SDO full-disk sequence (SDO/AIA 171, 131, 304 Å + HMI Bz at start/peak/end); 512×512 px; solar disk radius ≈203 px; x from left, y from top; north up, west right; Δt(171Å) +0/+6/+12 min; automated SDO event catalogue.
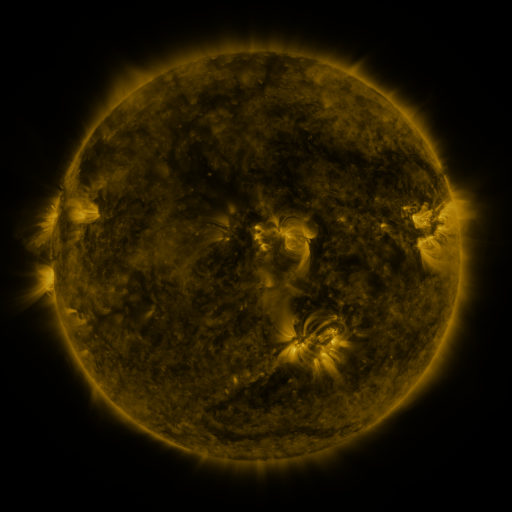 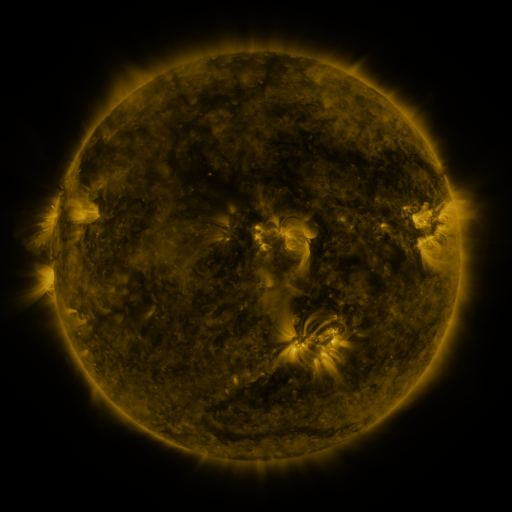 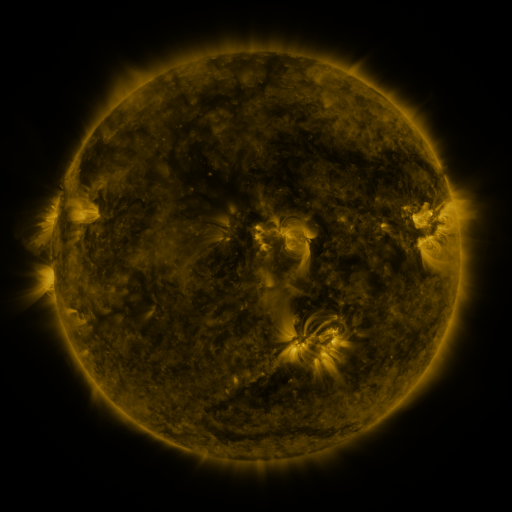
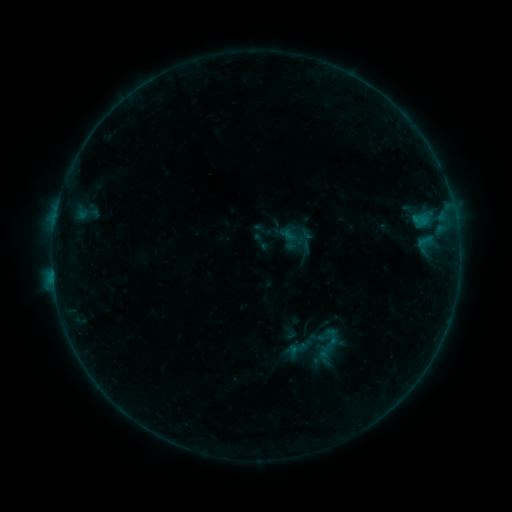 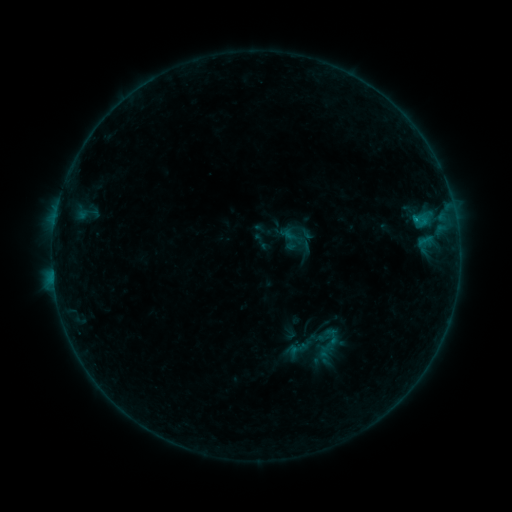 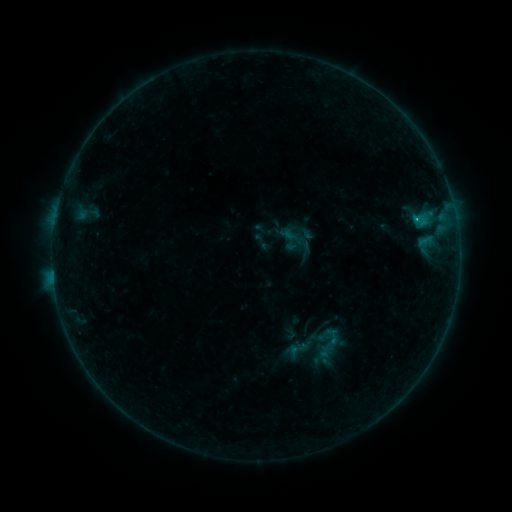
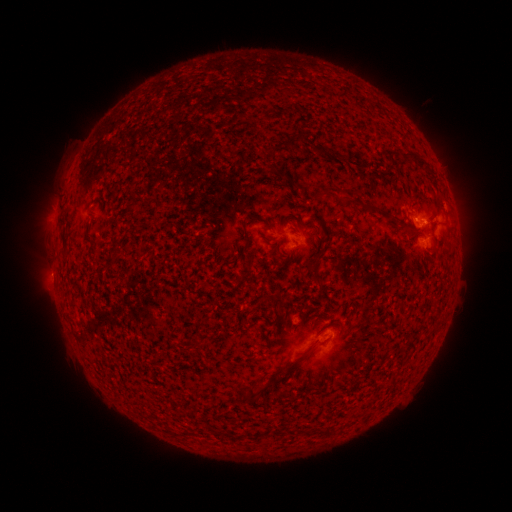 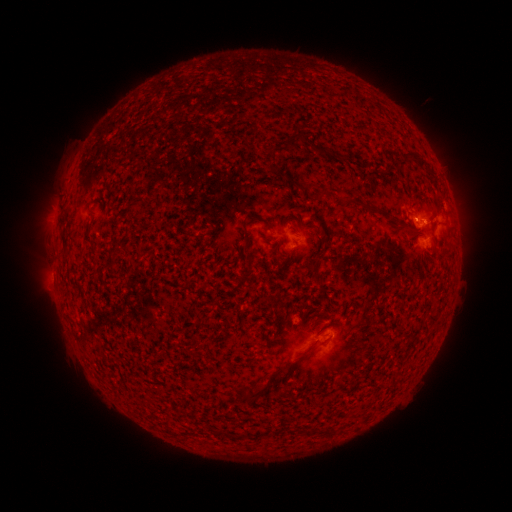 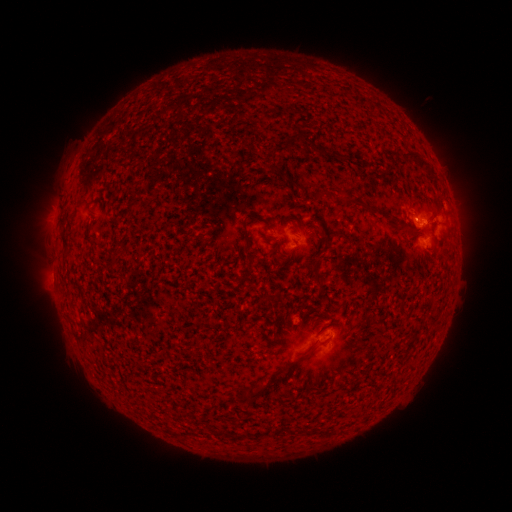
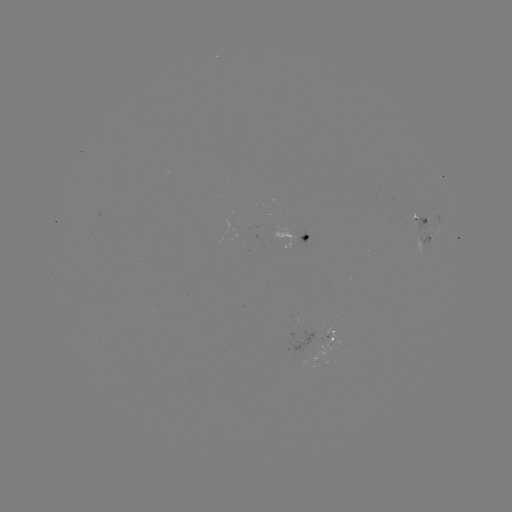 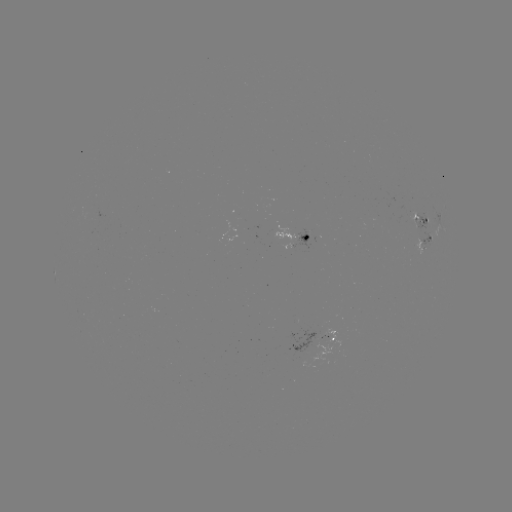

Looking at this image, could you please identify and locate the B5.1 flare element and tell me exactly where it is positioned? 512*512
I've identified B5.1 flare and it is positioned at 415,221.